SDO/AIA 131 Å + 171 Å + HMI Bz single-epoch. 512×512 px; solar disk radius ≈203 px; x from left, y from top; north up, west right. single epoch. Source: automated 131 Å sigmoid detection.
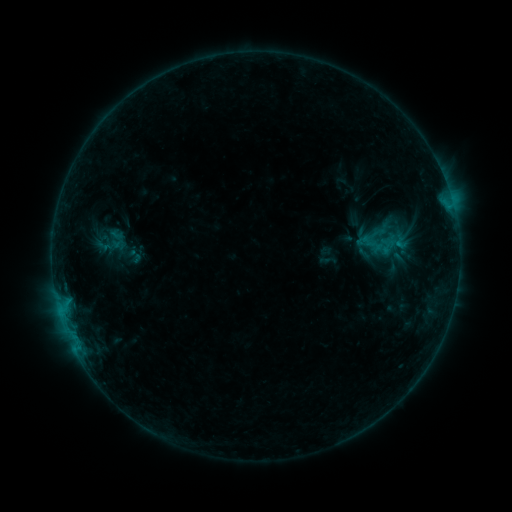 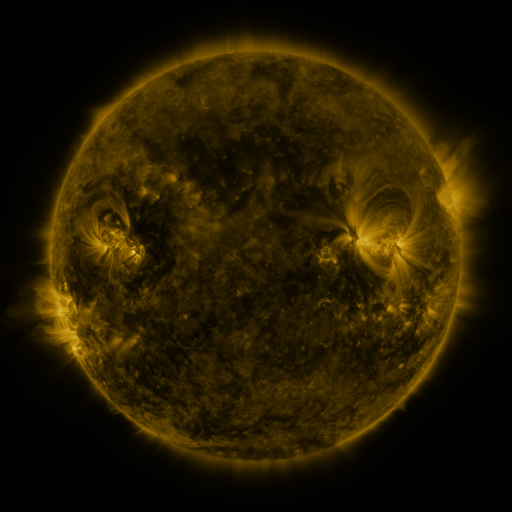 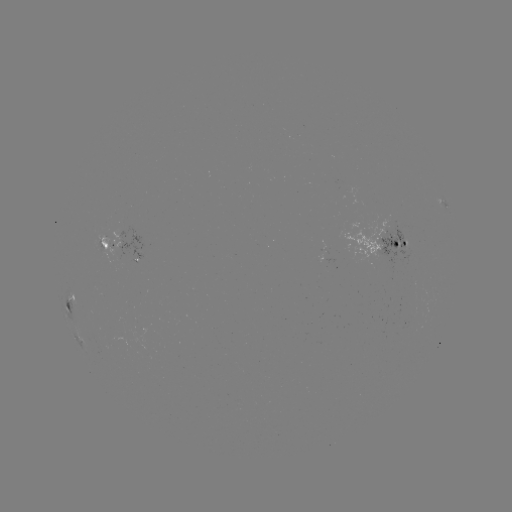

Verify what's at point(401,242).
sigmoid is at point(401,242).